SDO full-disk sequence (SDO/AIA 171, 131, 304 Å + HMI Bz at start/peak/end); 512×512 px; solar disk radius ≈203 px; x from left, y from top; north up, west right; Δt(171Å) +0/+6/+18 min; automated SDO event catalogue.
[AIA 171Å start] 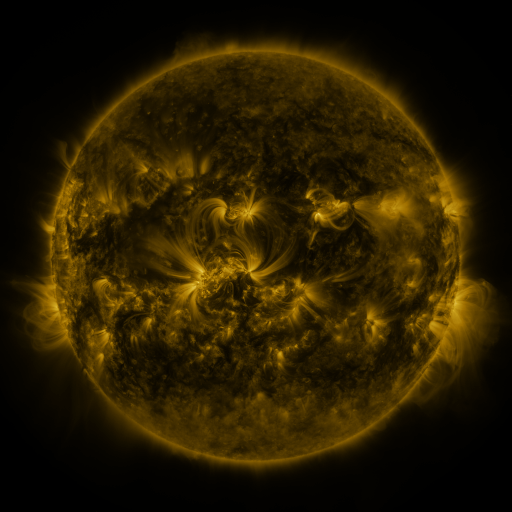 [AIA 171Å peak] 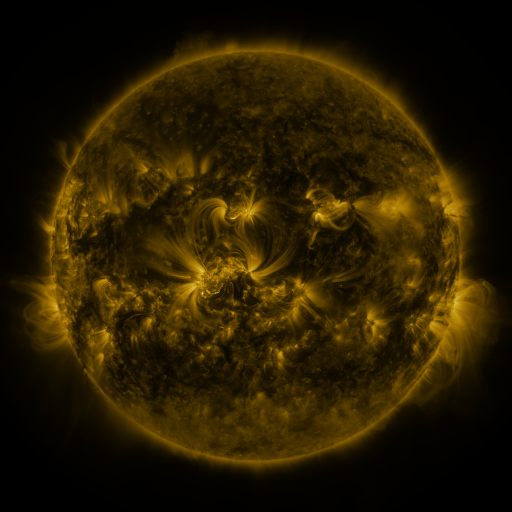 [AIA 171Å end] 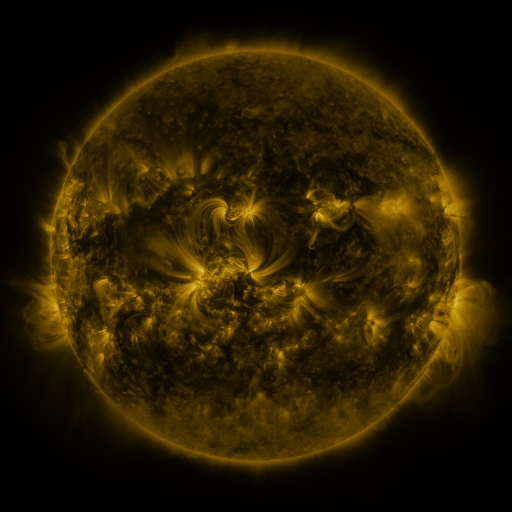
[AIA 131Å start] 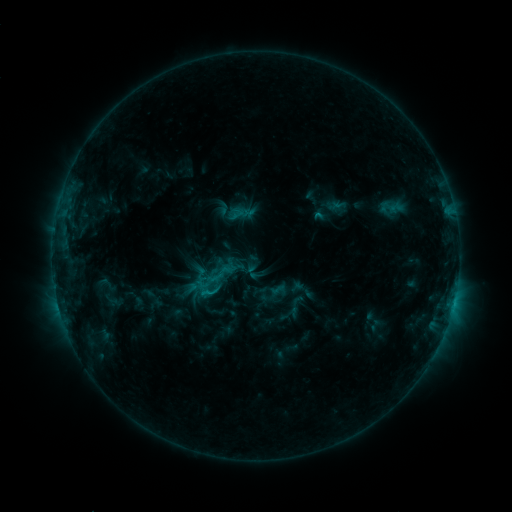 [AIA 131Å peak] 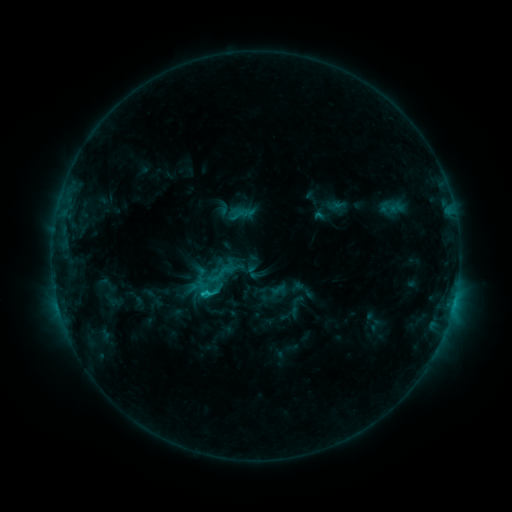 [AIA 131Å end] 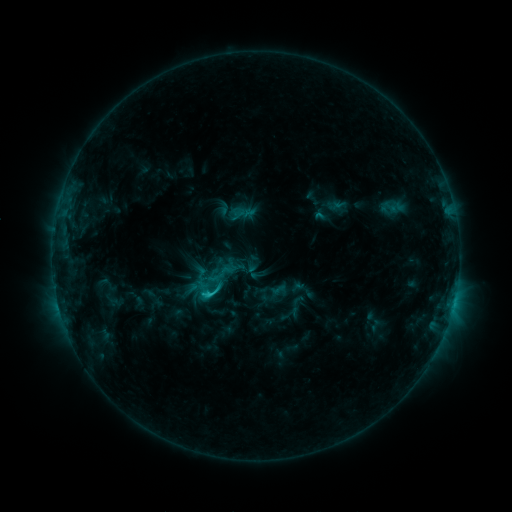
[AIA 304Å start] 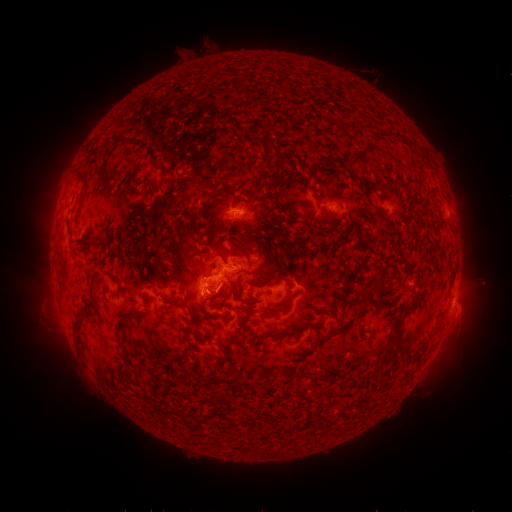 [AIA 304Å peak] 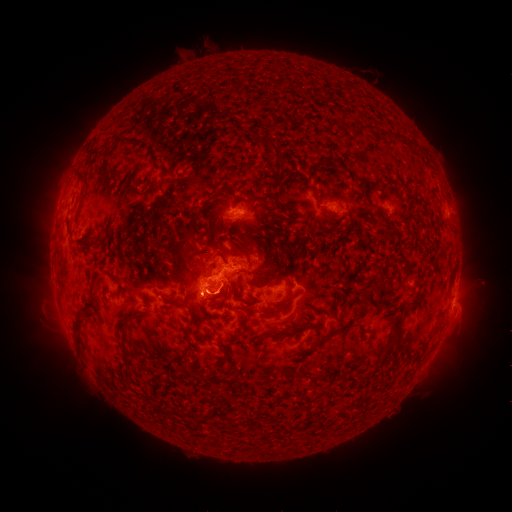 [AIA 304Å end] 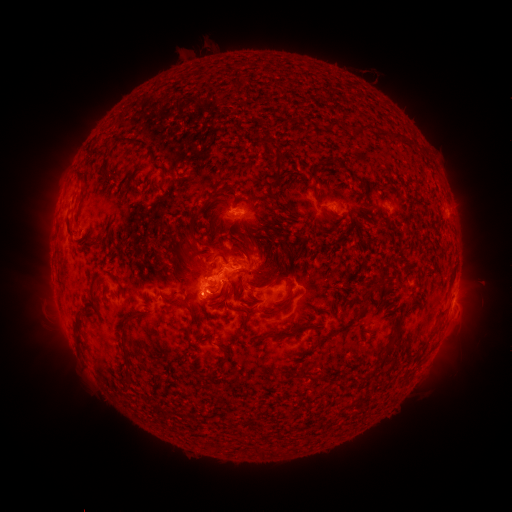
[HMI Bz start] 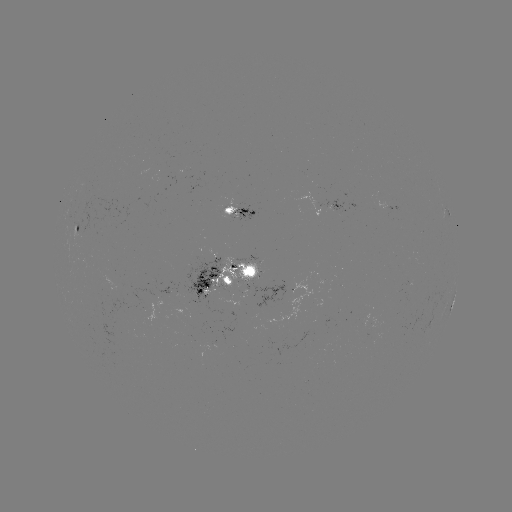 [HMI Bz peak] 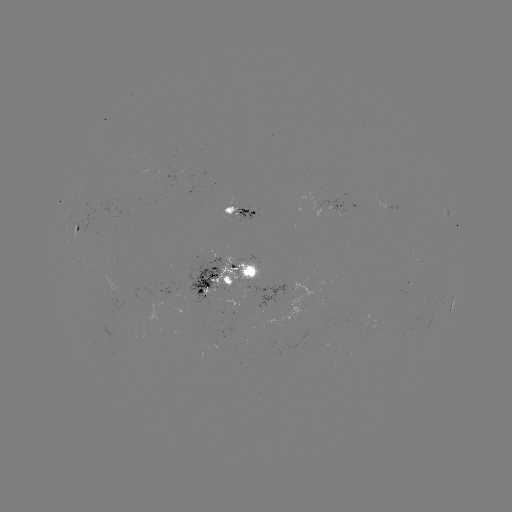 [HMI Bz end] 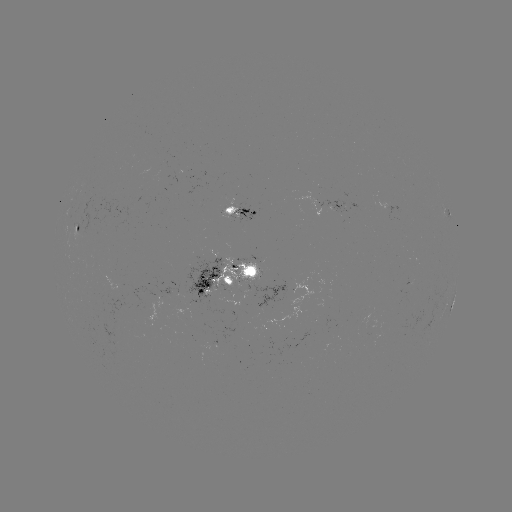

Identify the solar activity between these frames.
C2.3 flare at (204, 292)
